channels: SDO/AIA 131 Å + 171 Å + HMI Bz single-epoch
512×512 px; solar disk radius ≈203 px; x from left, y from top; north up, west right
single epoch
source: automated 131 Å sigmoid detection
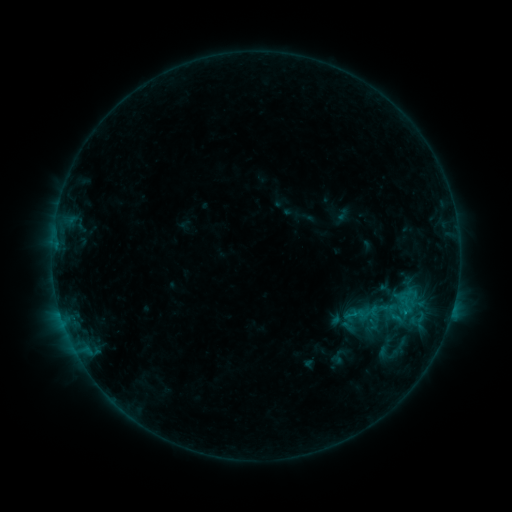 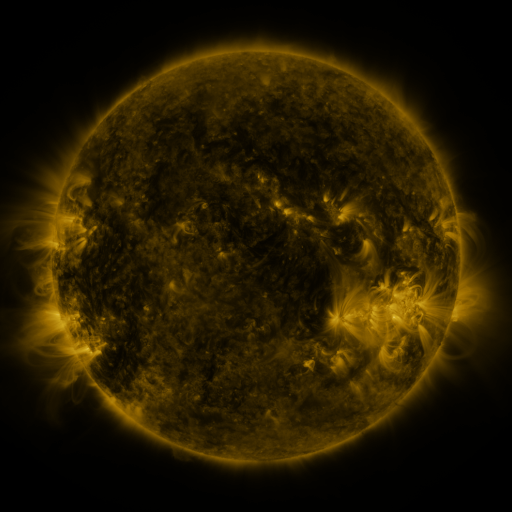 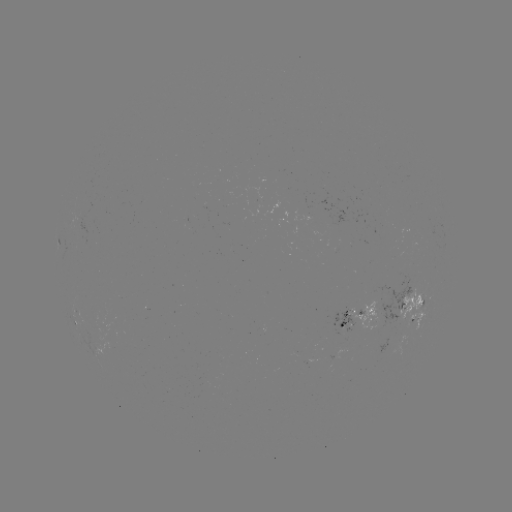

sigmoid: [393, 287, 422, 317]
